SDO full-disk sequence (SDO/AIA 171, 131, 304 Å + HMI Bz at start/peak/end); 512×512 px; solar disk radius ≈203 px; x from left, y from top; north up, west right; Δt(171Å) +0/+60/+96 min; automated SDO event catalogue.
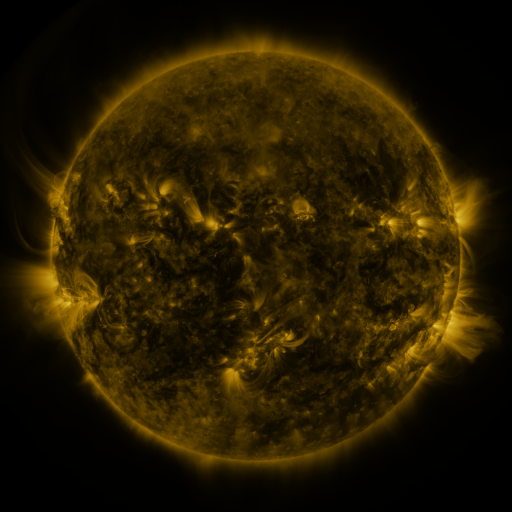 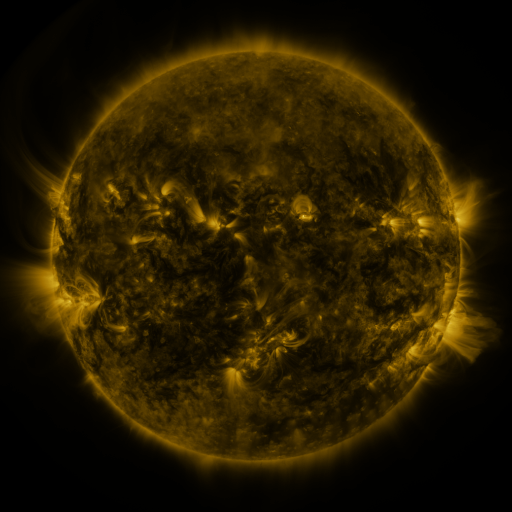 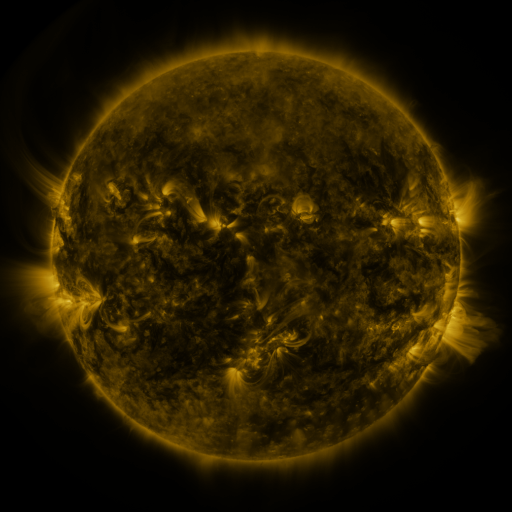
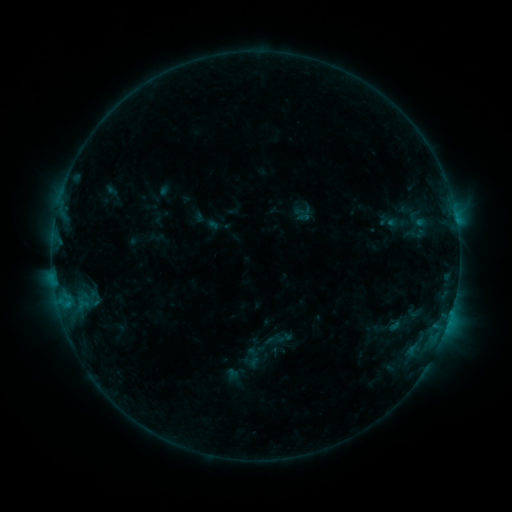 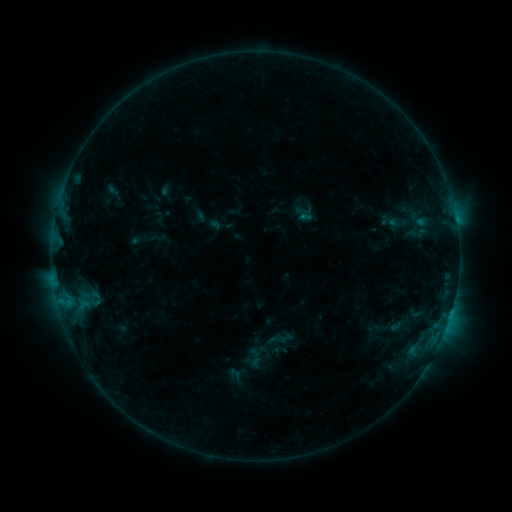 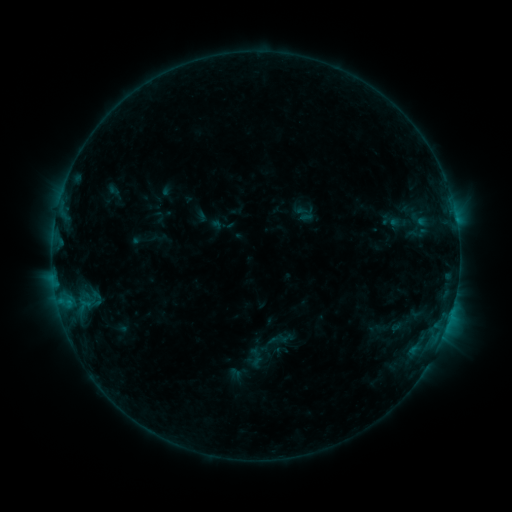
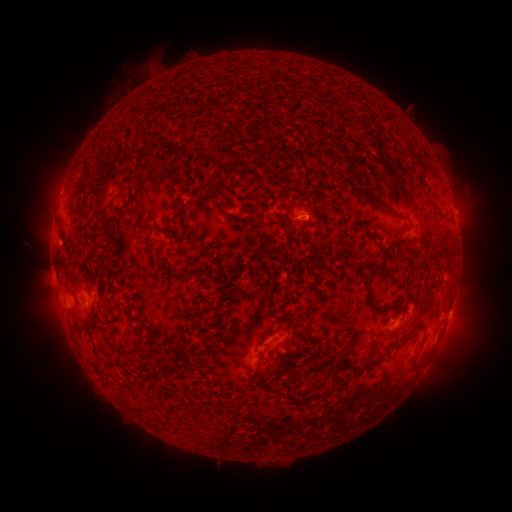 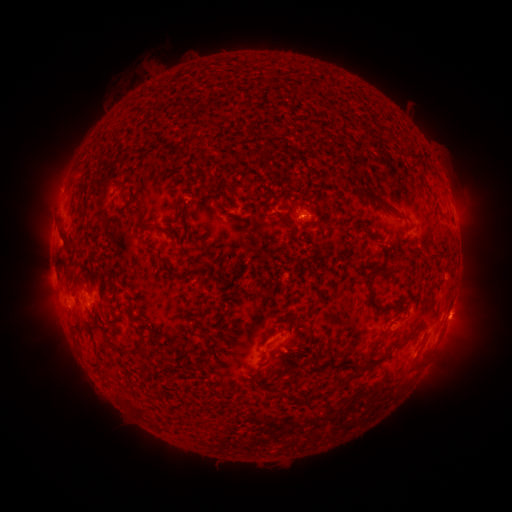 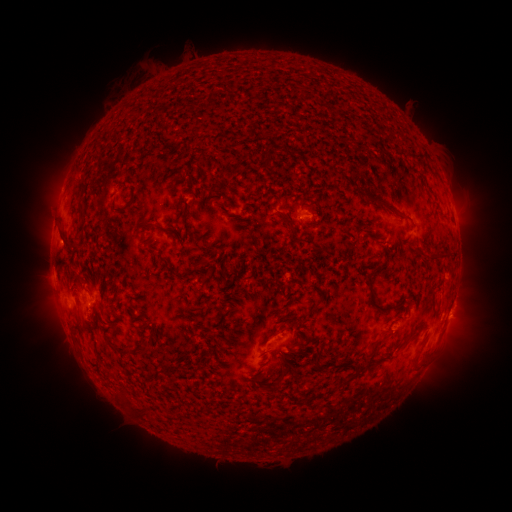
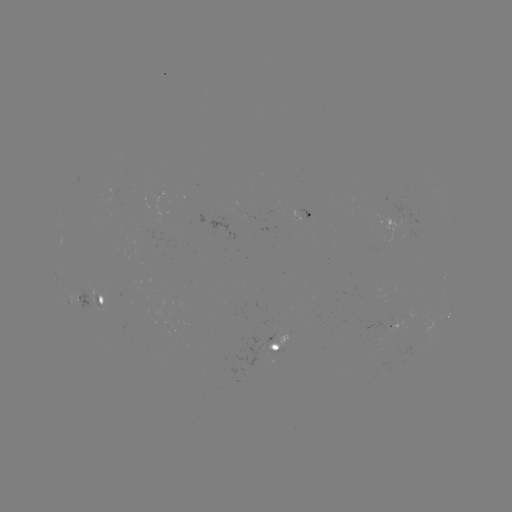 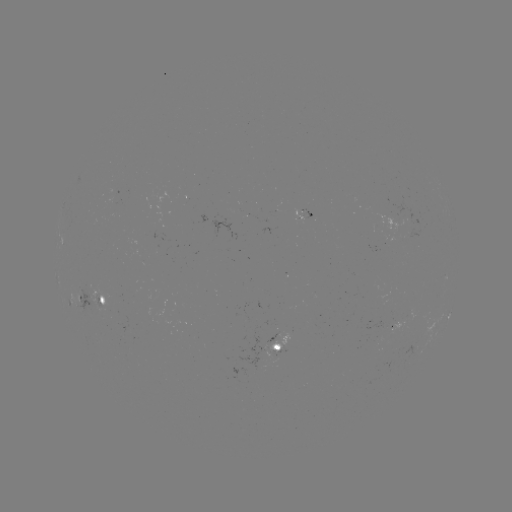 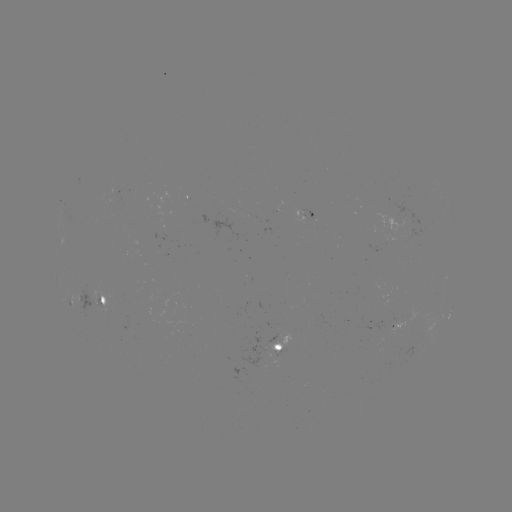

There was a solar emerging-flux region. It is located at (276, 354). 